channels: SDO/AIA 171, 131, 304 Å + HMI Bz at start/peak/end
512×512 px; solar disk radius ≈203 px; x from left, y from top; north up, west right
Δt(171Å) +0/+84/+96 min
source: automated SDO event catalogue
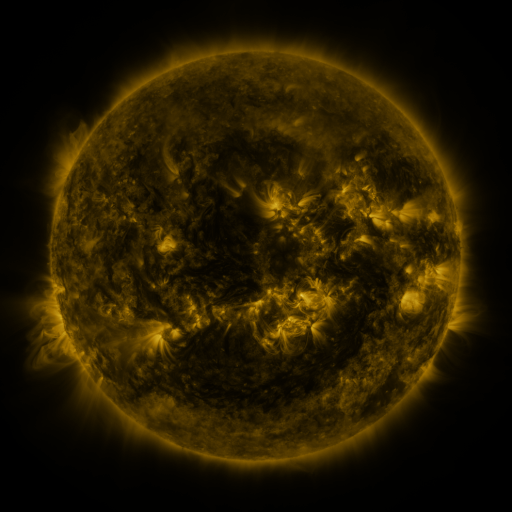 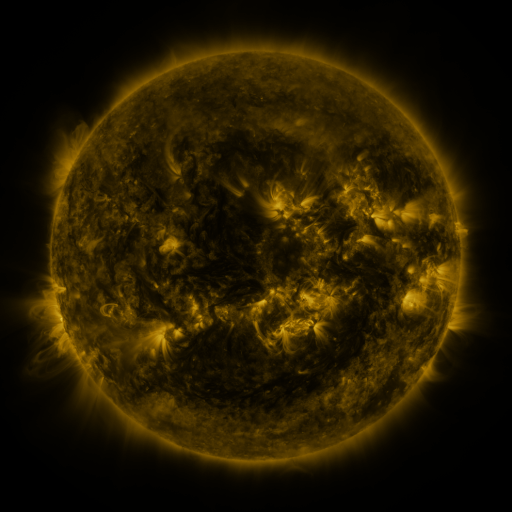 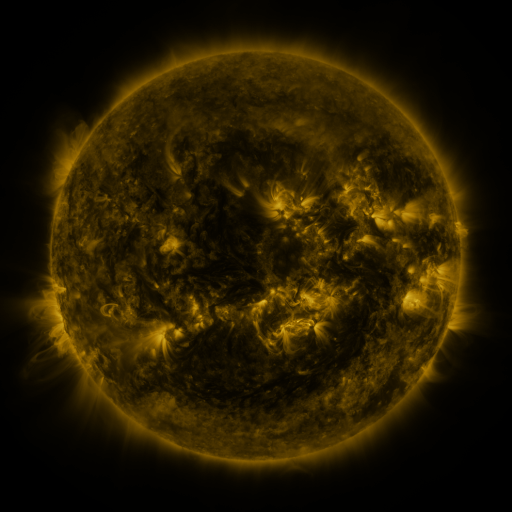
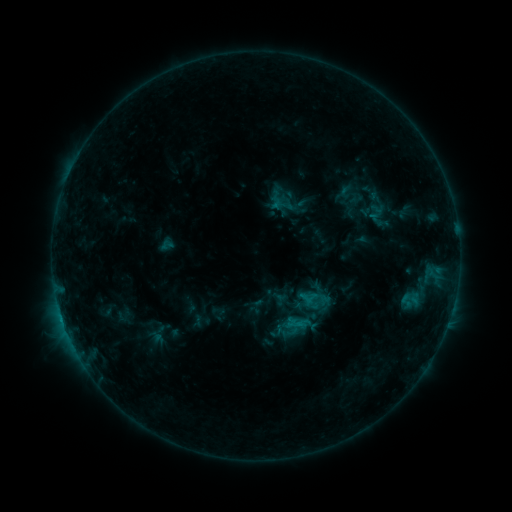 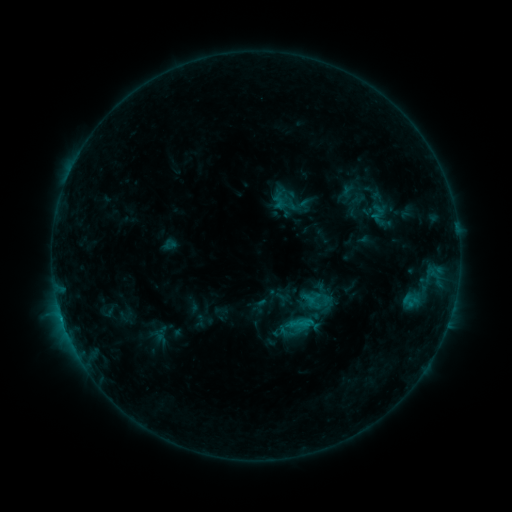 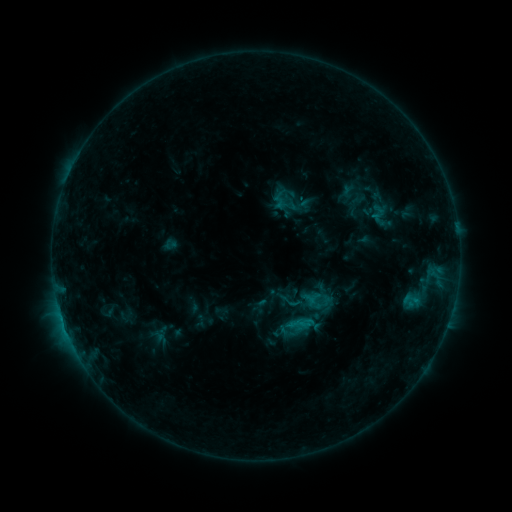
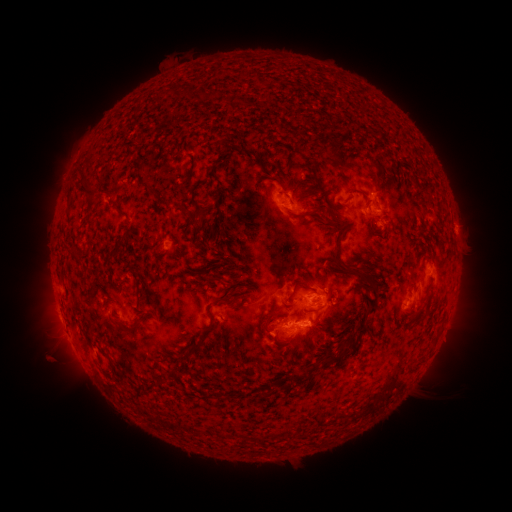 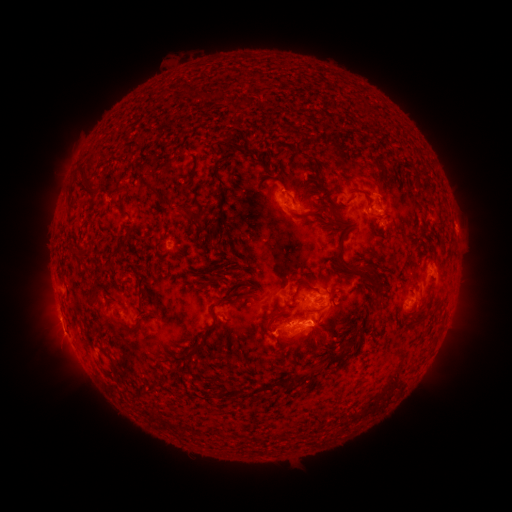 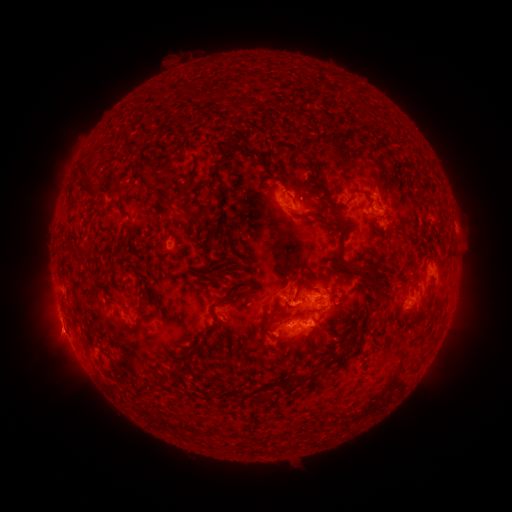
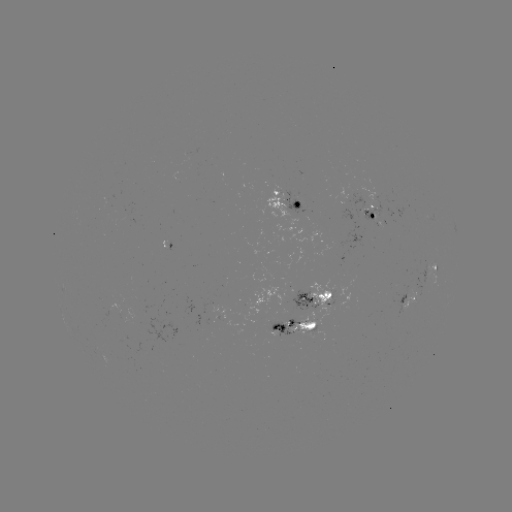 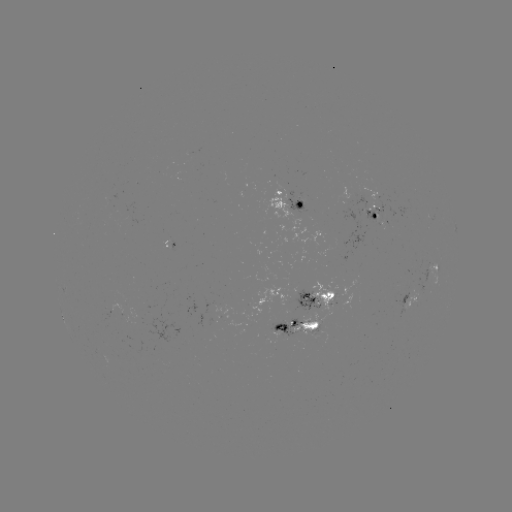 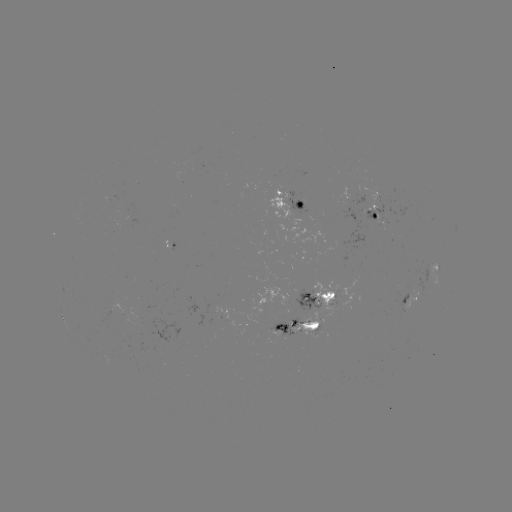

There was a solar emerging-flux region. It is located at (387, 215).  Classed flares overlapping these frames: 1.